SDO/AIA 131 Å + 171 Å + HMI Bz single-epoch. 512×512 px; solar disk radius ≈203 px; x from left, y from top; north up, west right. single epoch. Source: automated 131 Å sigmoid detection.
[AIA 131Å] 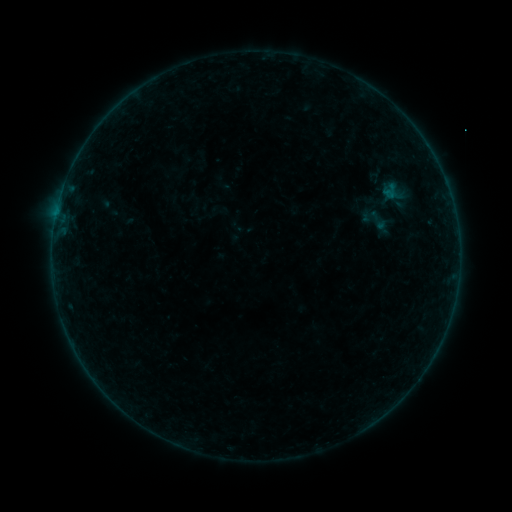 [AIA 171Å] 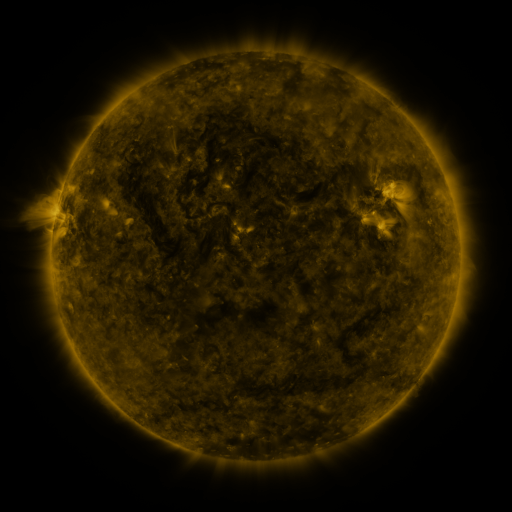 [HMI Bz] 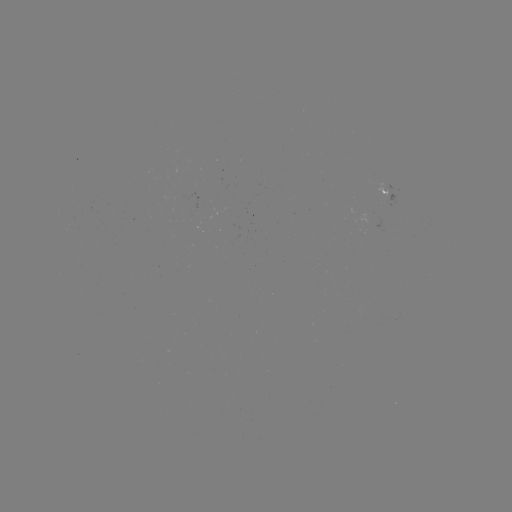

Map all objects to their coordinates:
sigmoid: <bbox>364, 206, 389, 234</bbox>
